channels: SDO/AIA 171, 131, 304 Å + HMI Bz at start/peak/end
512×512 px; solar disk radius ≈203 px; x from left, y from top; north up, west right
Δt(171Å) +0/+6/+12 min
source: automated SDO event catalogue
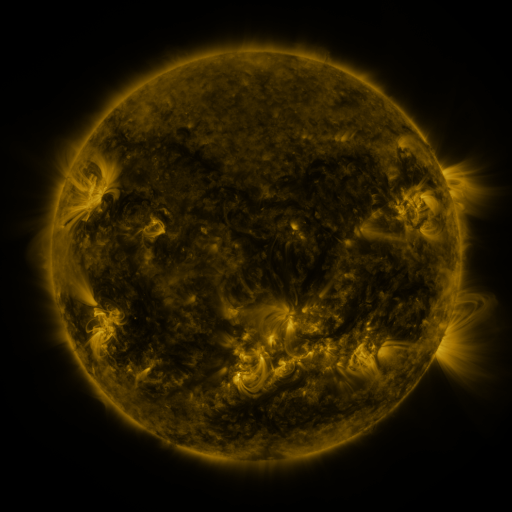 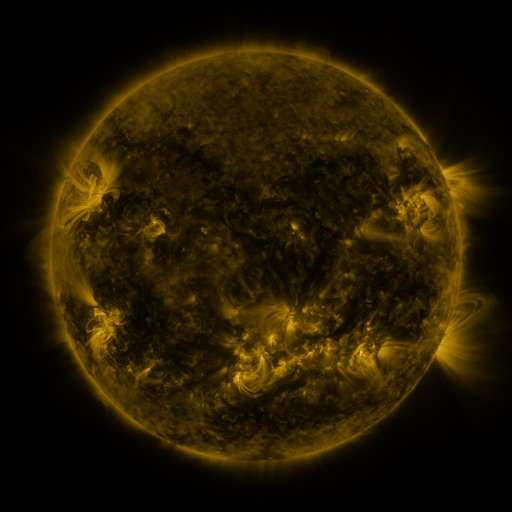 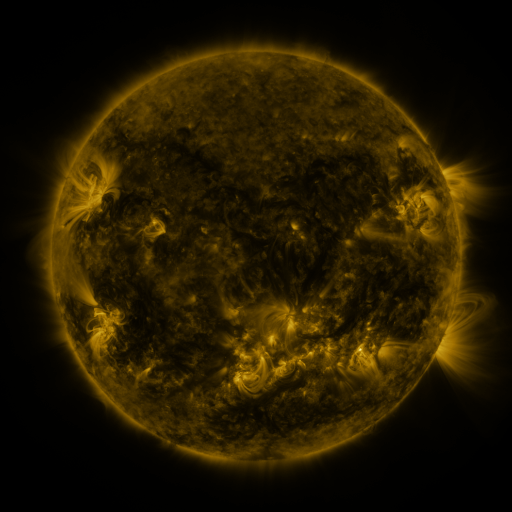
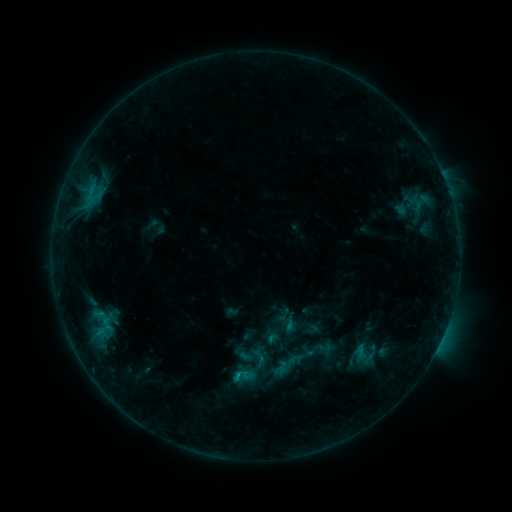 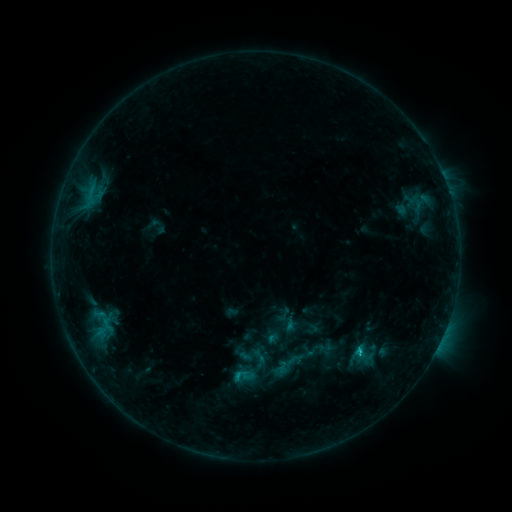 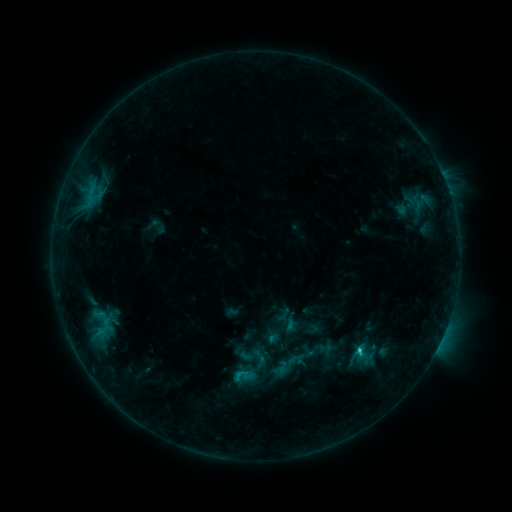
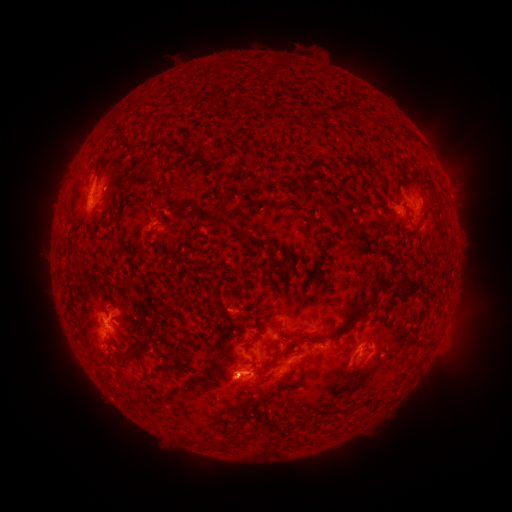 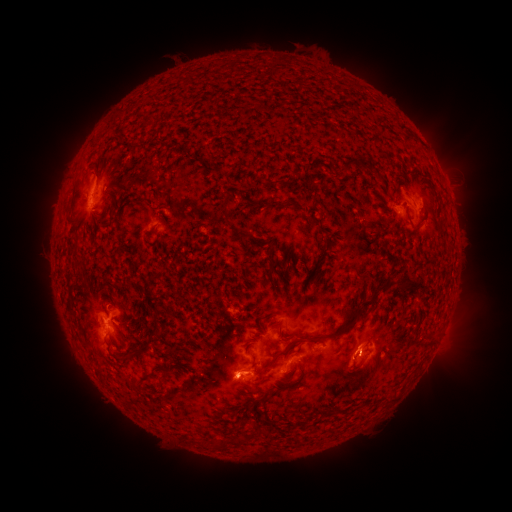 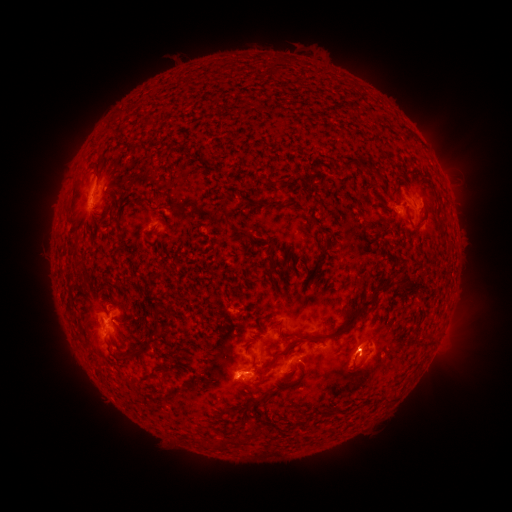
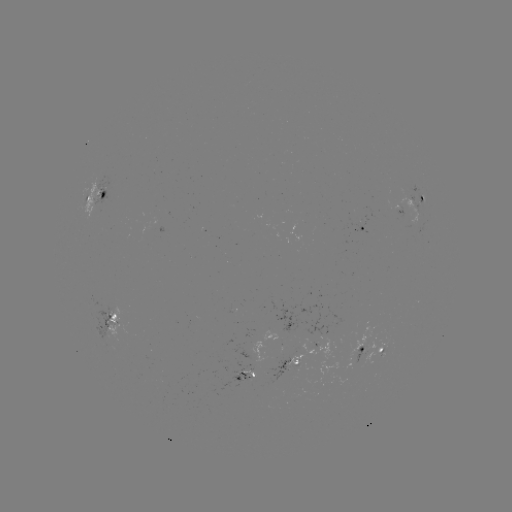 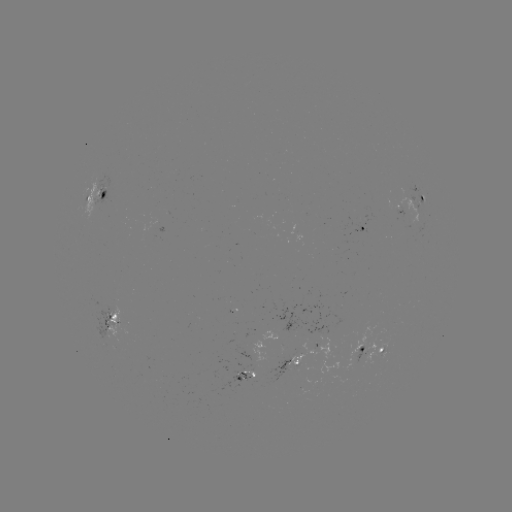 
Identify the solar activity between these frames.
C3.2 flare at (358, 349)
